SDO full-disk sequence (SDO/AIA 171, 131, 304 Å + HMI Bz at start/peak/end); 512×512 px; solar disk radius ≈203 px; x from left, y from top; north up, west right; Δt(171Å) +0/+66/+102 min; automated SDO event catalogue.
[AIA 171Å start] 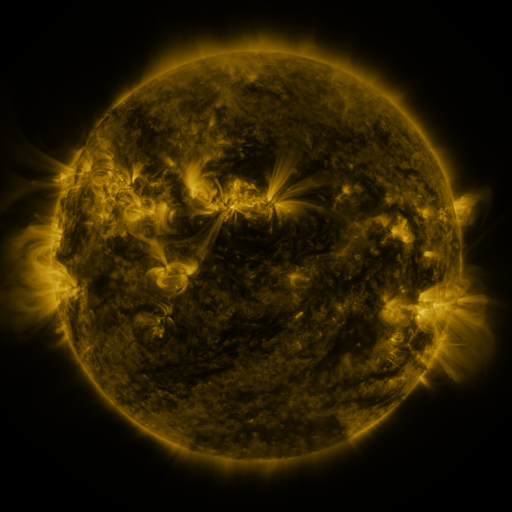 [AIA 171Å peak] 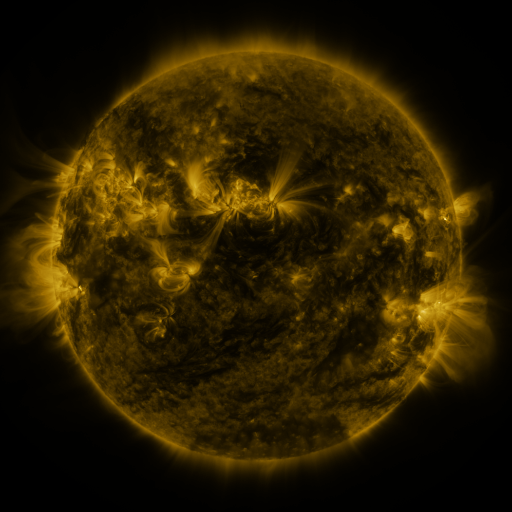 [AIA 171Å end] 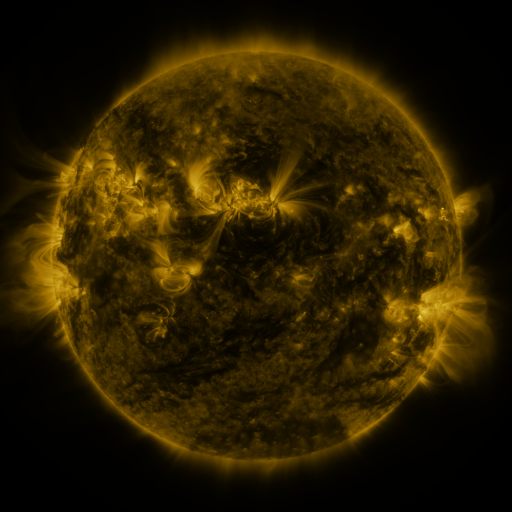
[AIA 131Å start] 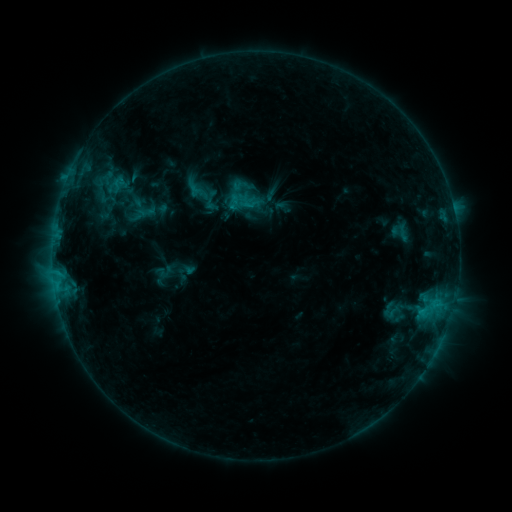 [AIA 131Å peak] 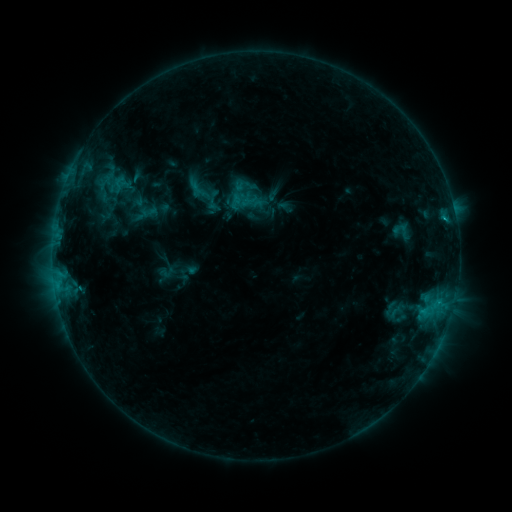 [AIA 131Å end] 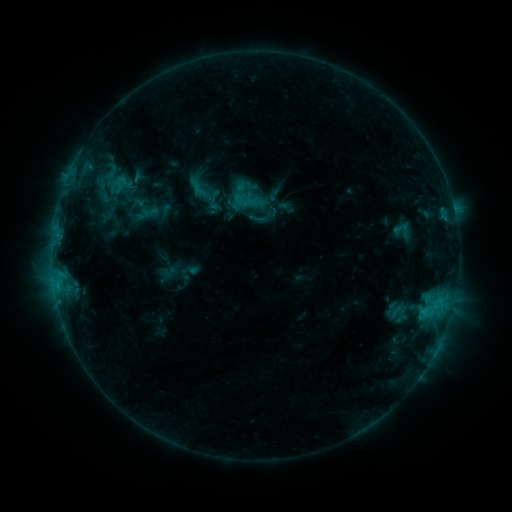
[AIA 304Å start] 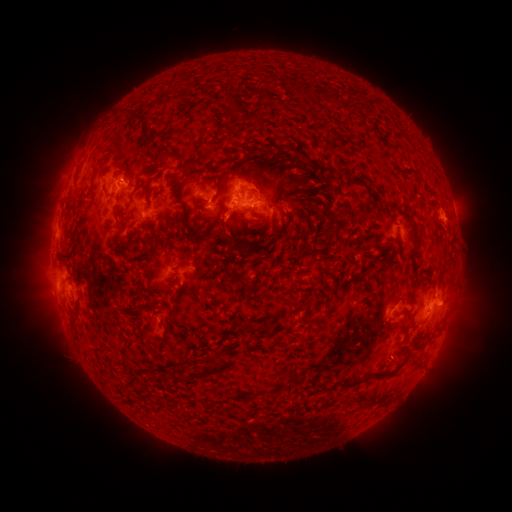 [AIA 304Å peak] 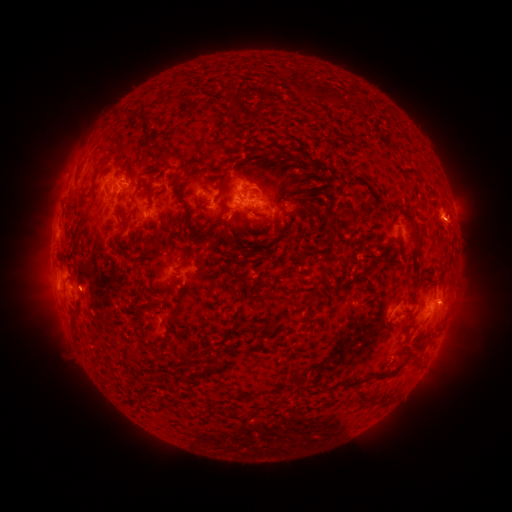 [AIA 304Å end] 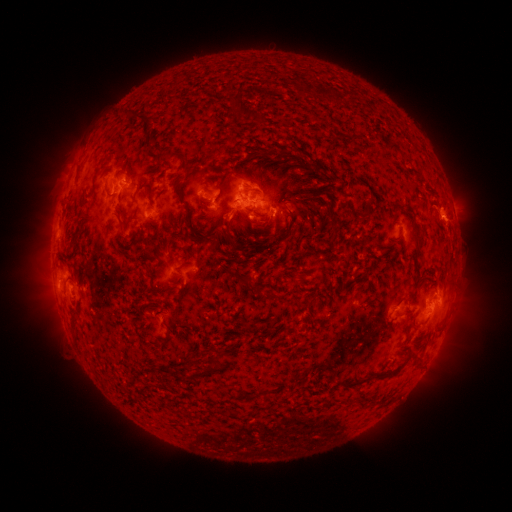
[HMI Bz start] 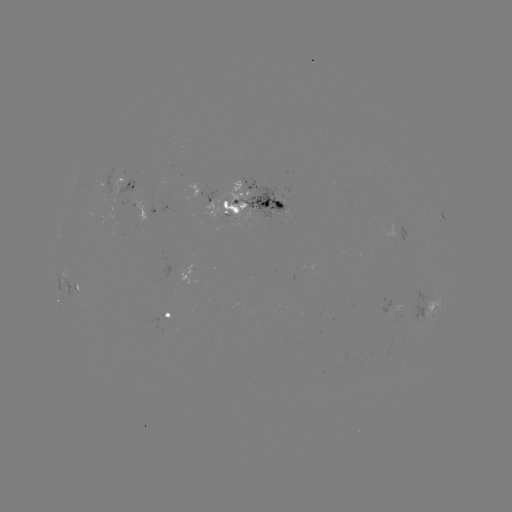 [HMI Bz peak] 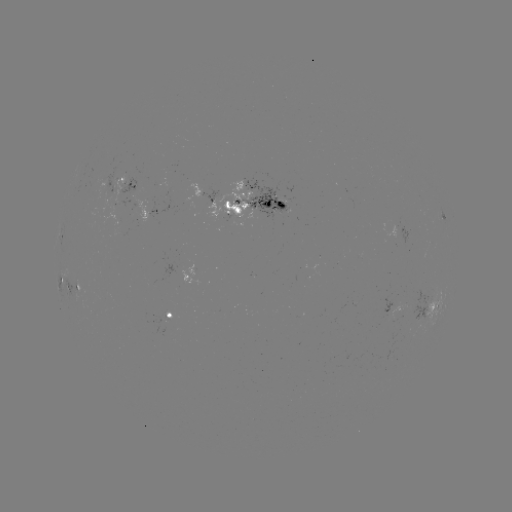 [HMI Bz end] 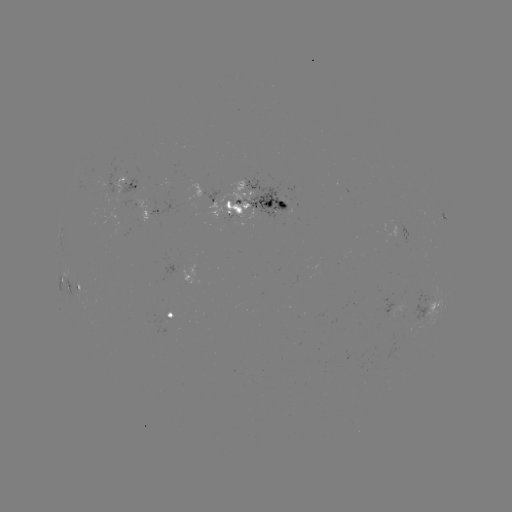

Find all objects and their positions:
emerging-flux region: (186, 279)
